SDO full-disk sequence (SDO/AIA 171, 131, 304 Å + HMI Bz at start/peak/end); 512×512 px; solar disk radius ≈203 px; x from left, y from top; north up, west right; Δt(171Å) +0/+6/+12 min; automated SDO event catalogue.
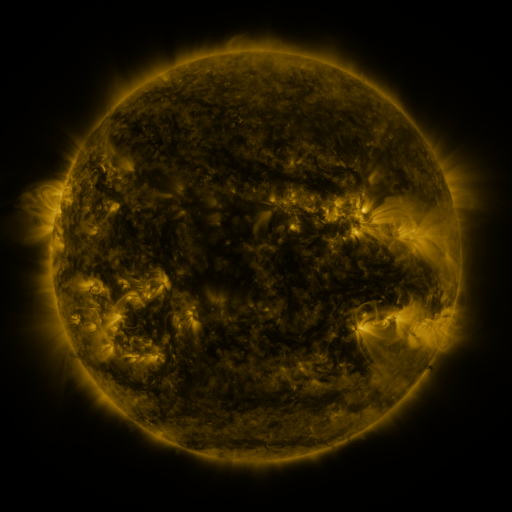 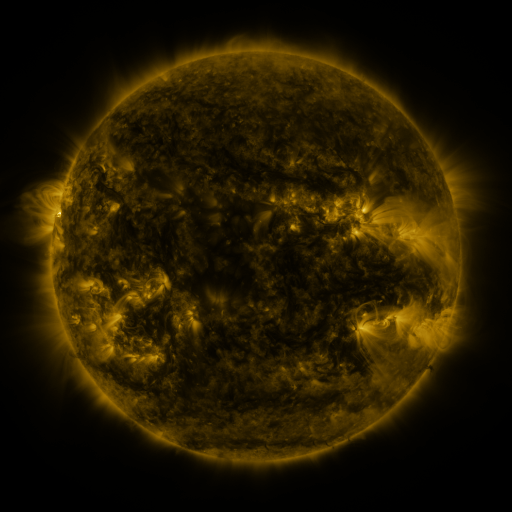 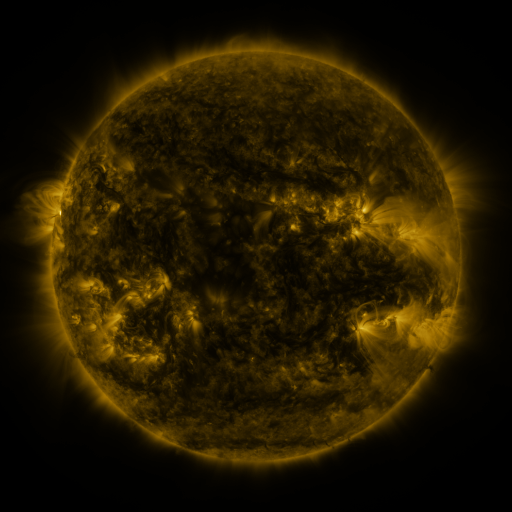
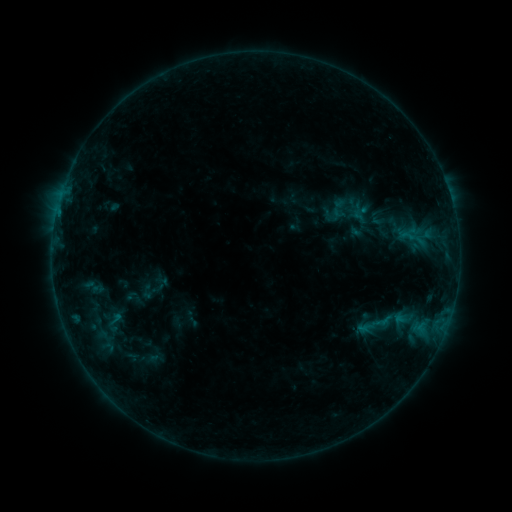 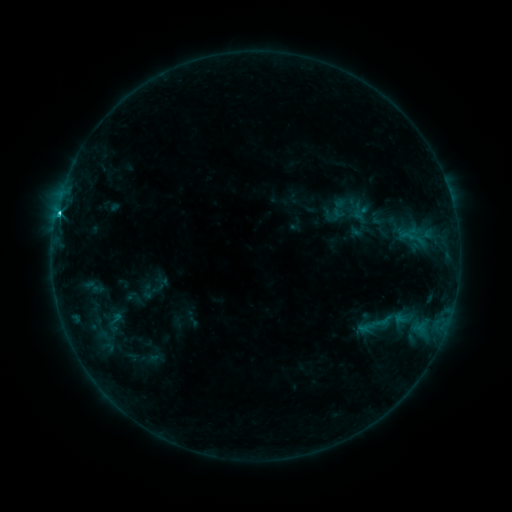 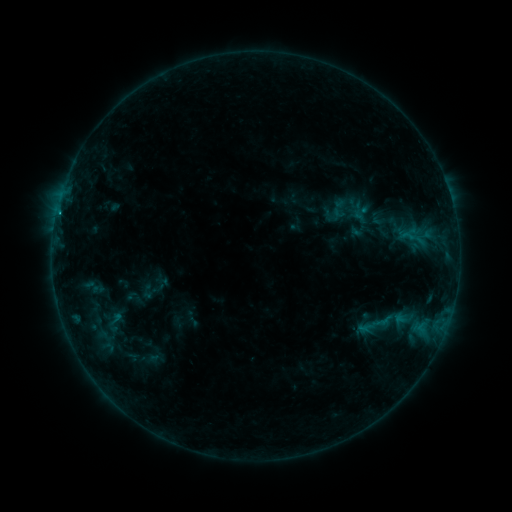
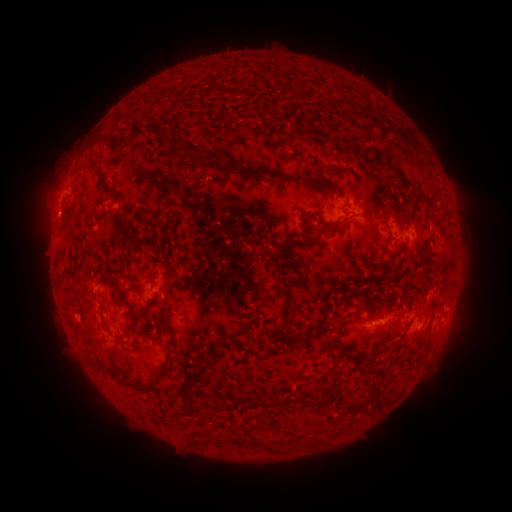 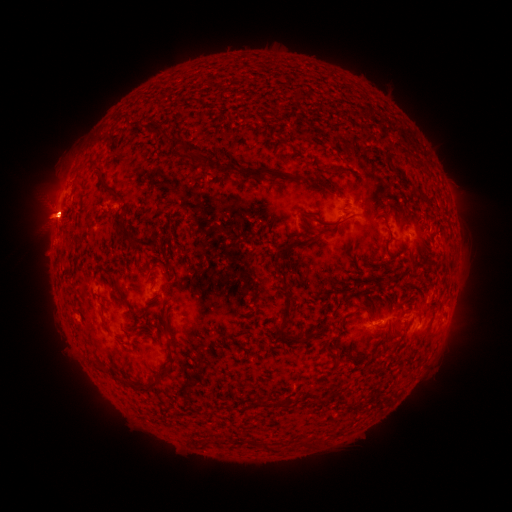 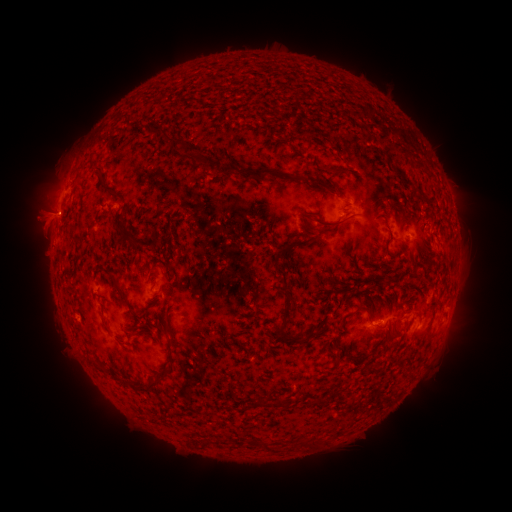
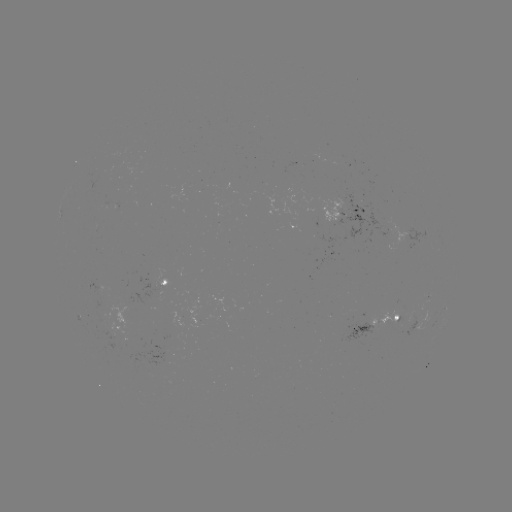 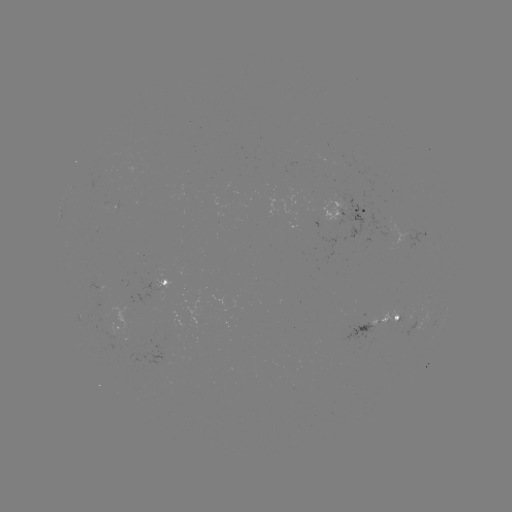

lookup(C1.5 flare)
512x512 58,216